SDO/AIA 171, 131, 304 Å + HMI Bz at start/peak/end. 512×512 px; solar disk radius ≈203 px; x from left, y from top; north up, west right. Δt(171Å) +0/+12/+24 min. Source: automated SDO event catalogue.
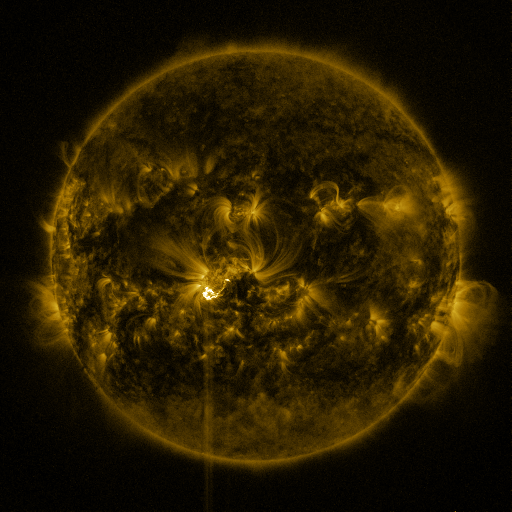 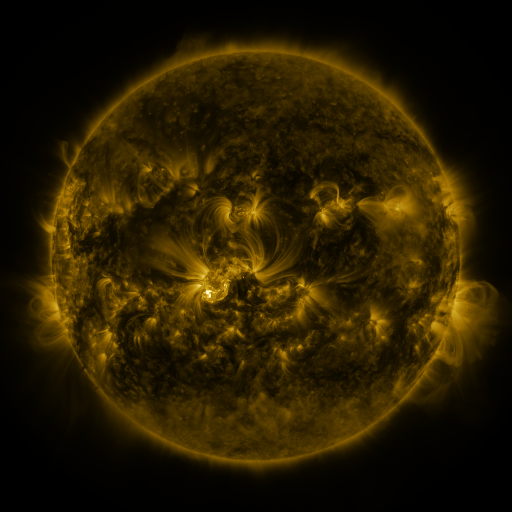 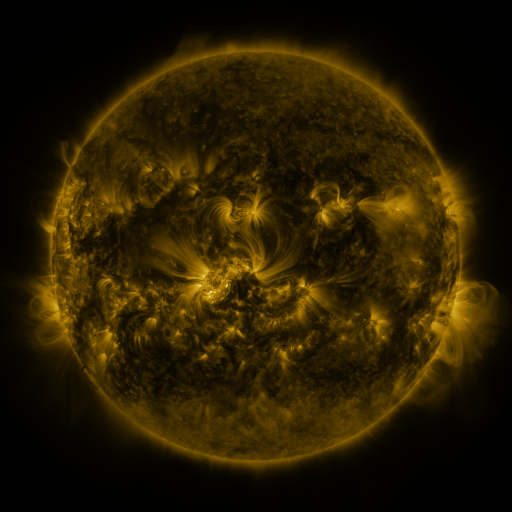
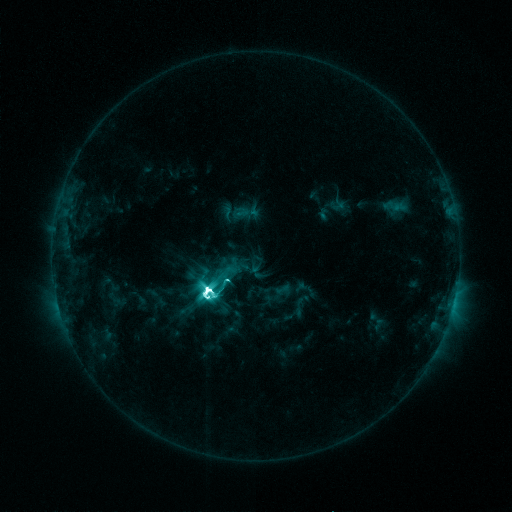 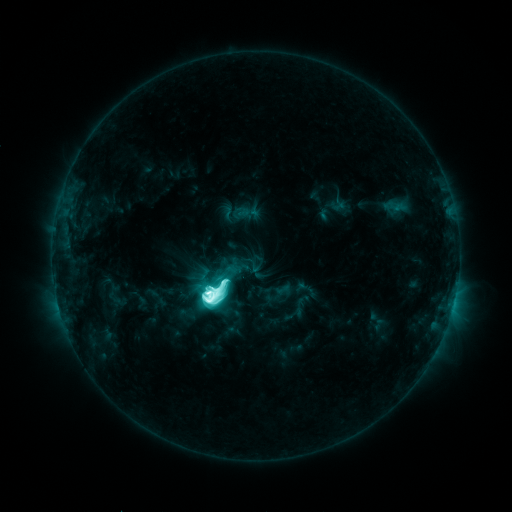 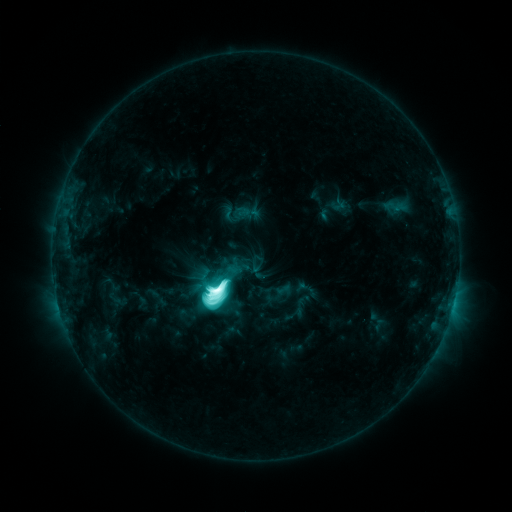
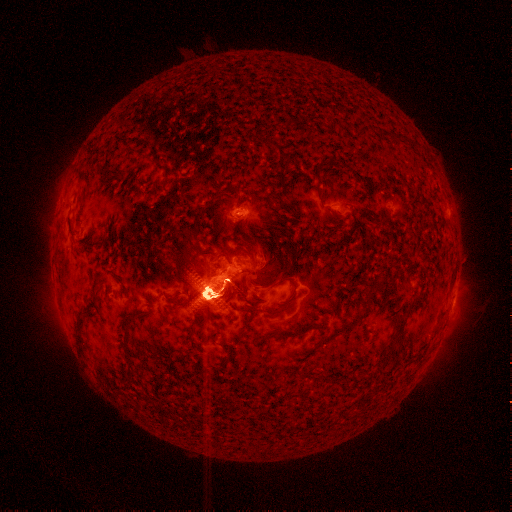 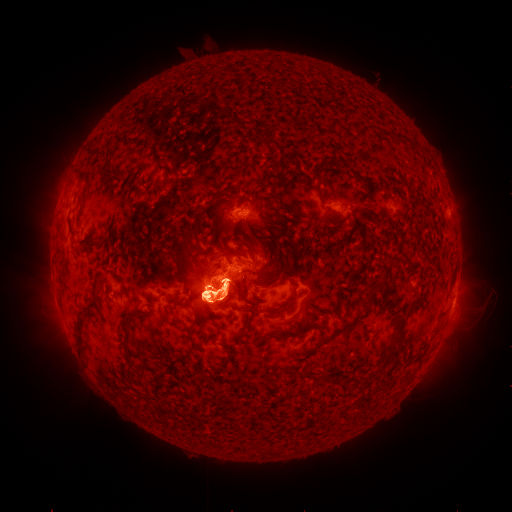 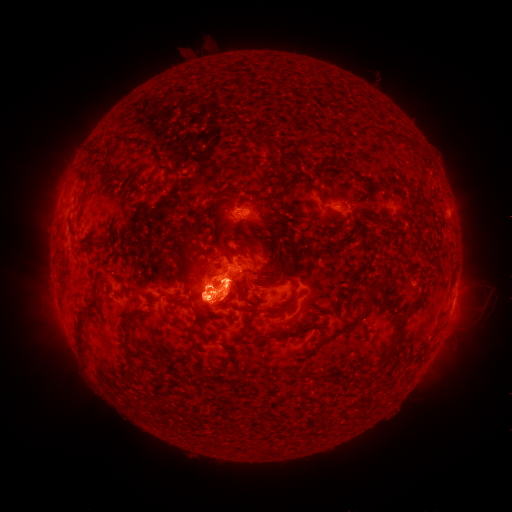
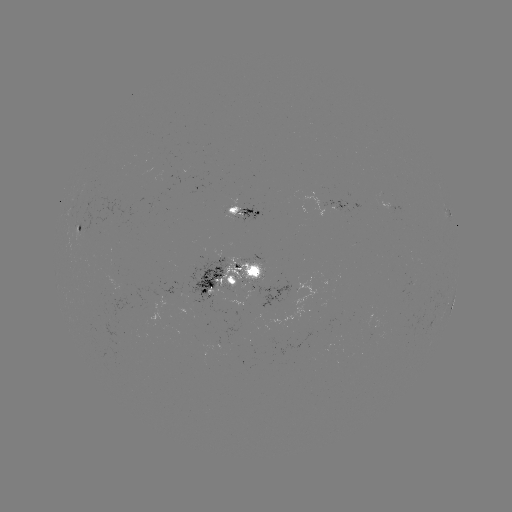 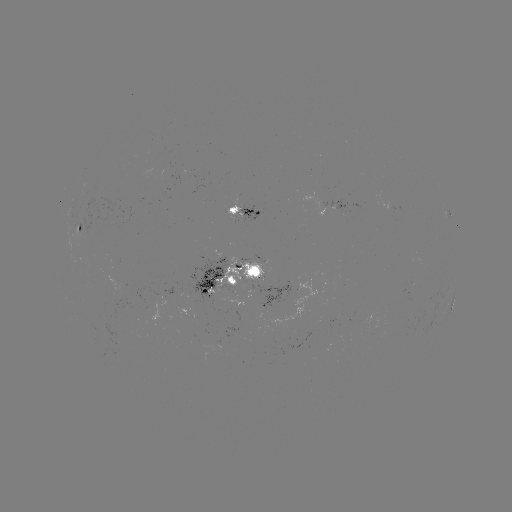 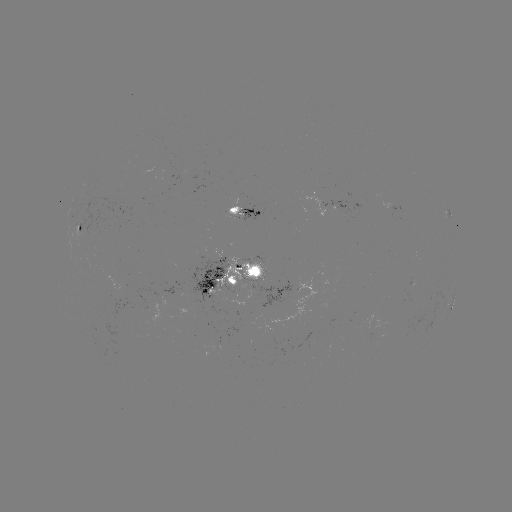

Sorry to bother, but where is eruption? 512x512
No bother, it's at [228, 297].